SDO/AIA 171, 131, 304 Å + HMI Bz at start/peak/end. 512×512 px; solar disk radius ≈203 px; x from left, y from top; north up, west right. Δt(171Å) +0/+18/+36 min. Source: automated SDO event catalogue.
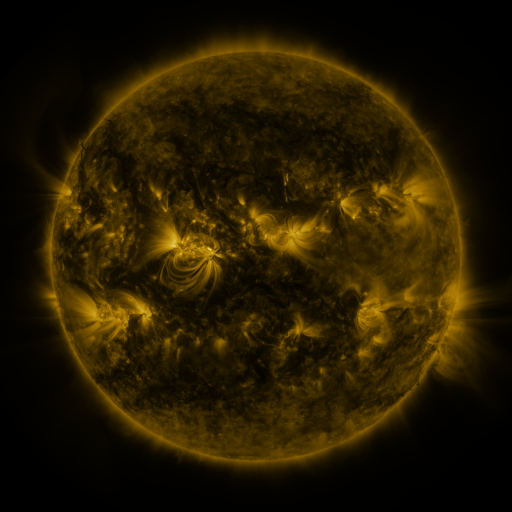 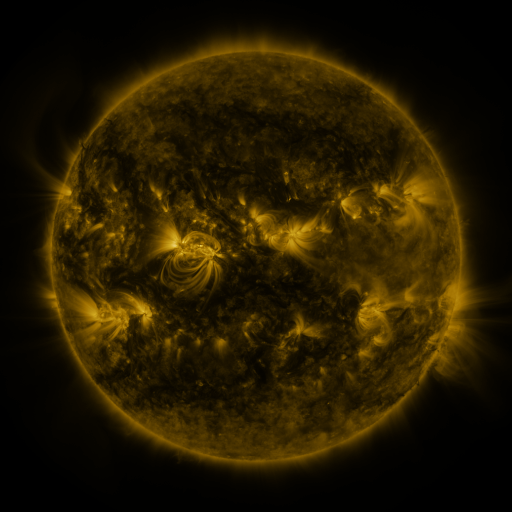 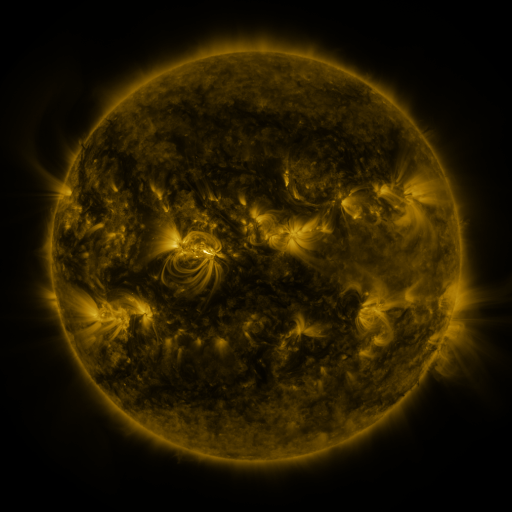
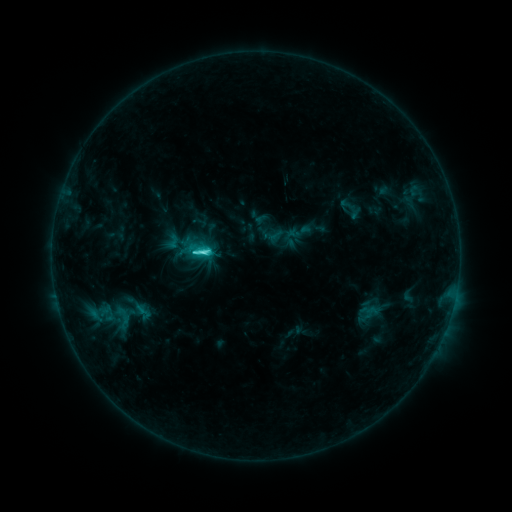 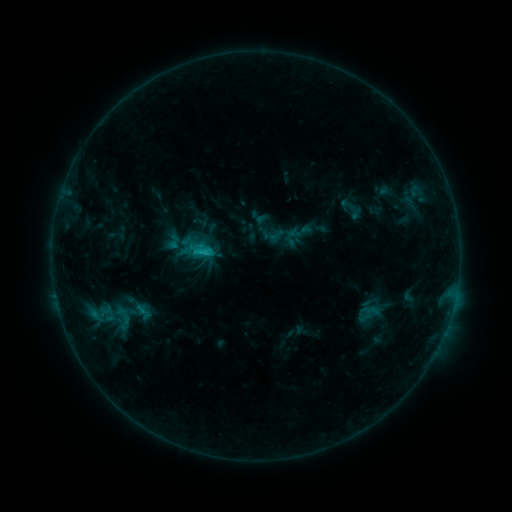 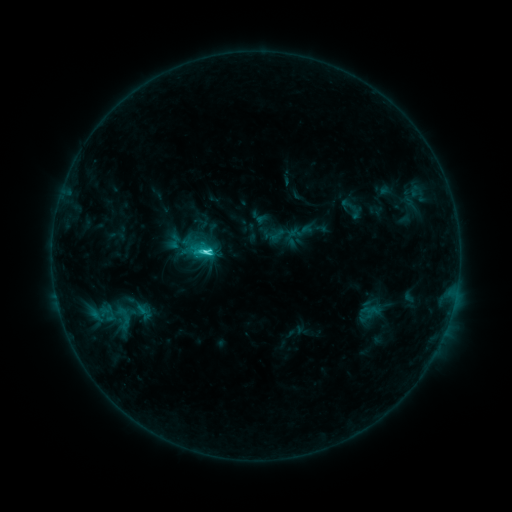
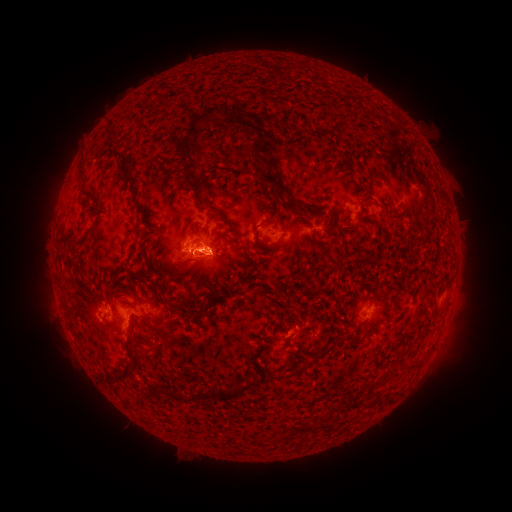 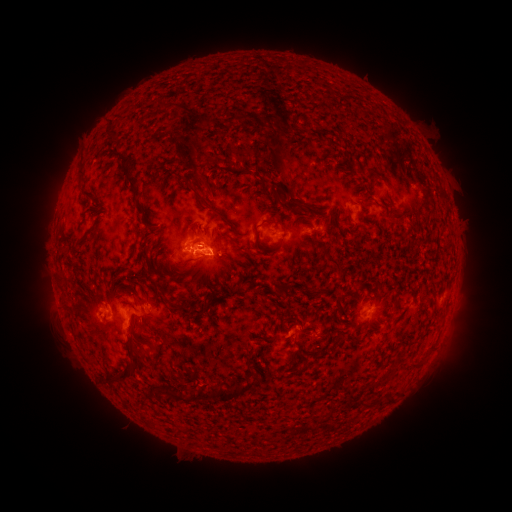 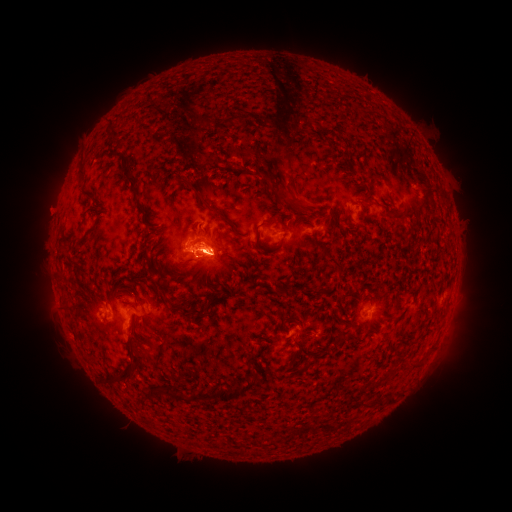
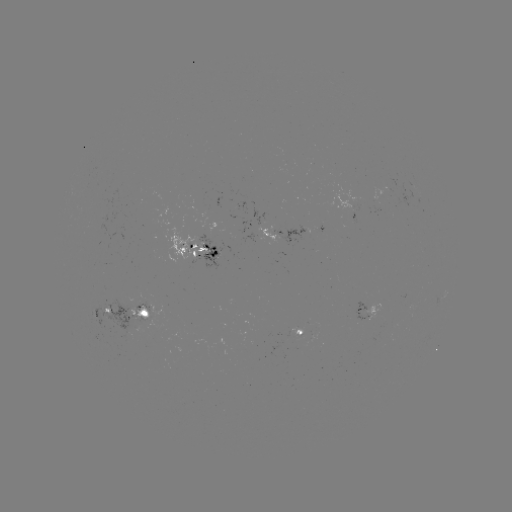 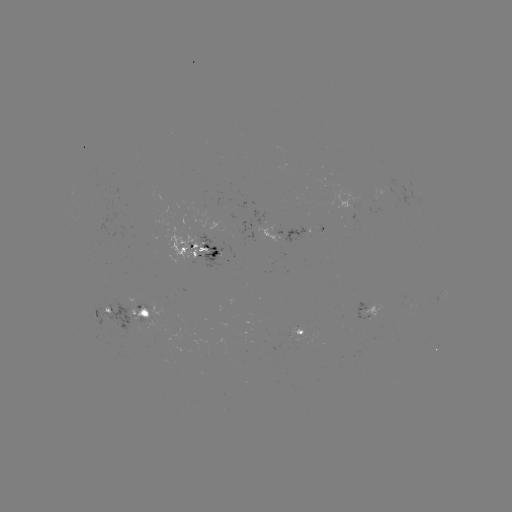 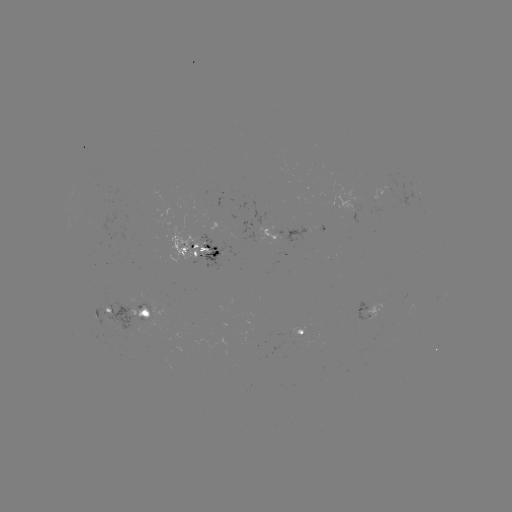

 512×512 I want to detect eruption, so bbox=[176, 65, 315, 217].